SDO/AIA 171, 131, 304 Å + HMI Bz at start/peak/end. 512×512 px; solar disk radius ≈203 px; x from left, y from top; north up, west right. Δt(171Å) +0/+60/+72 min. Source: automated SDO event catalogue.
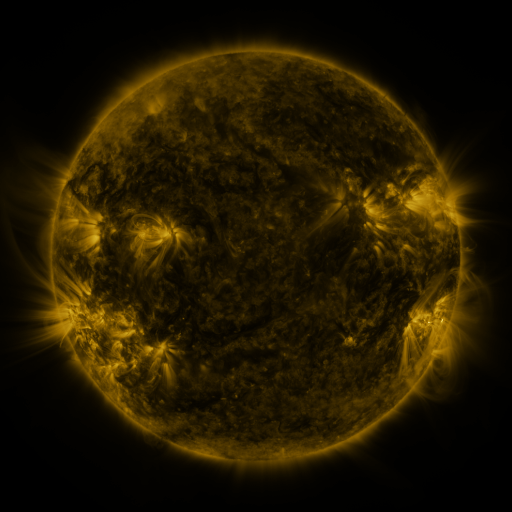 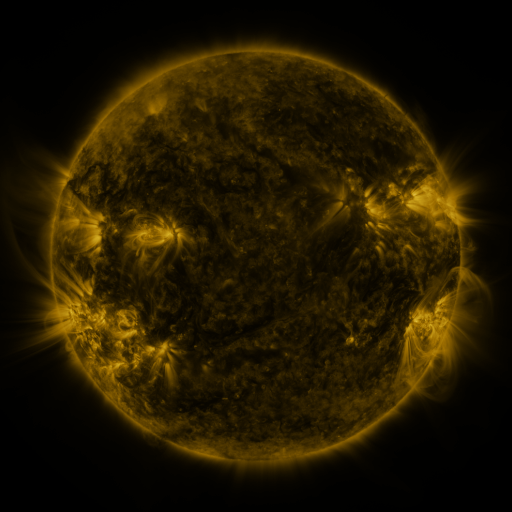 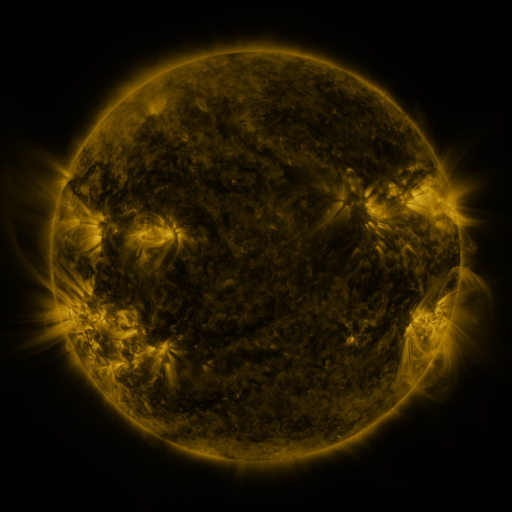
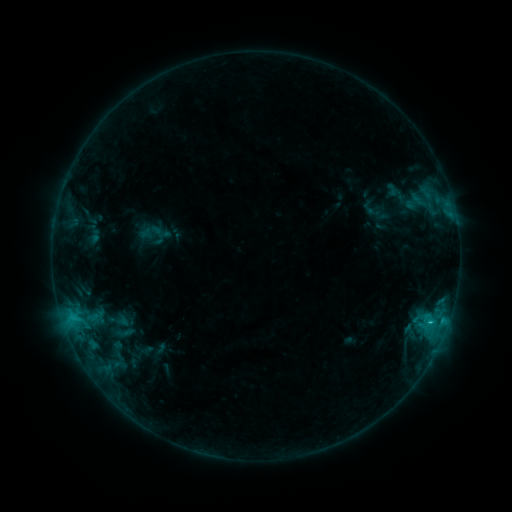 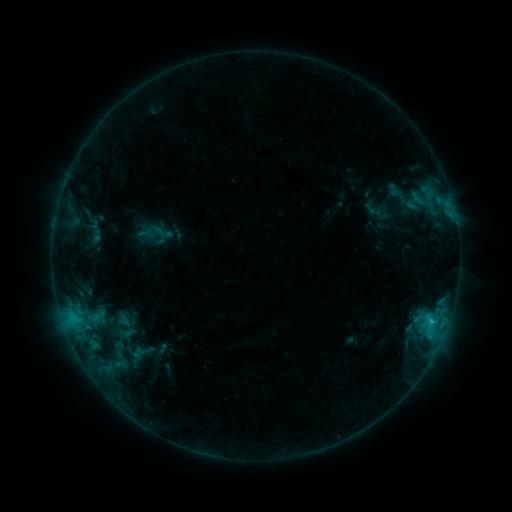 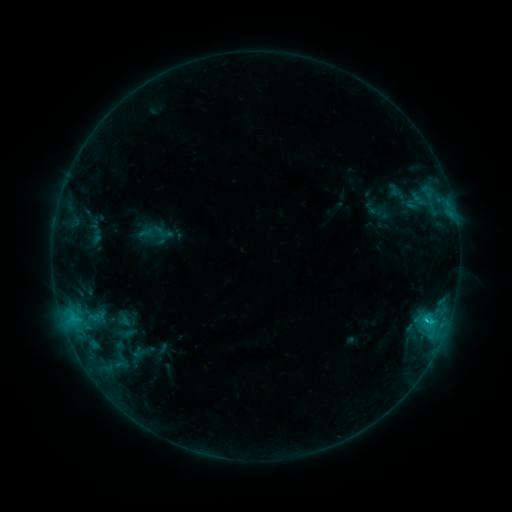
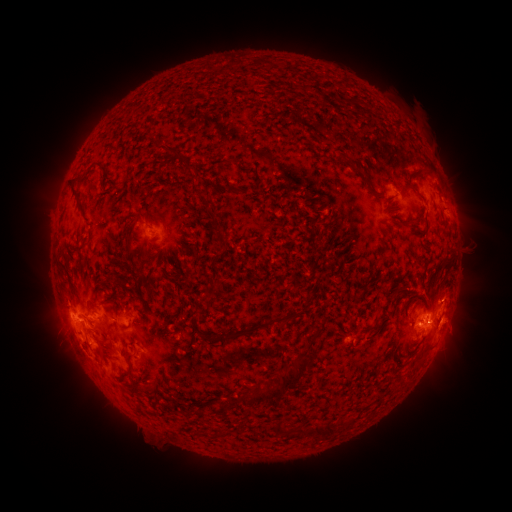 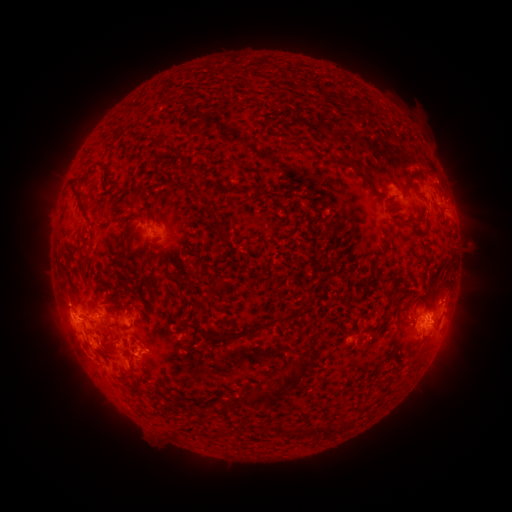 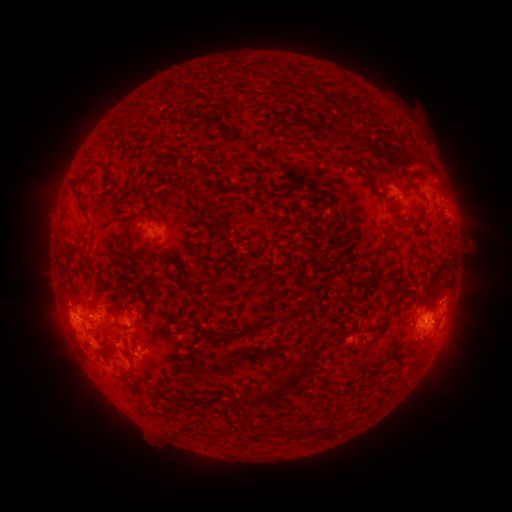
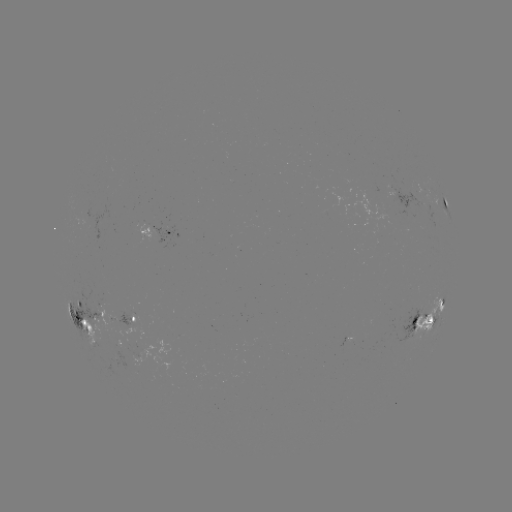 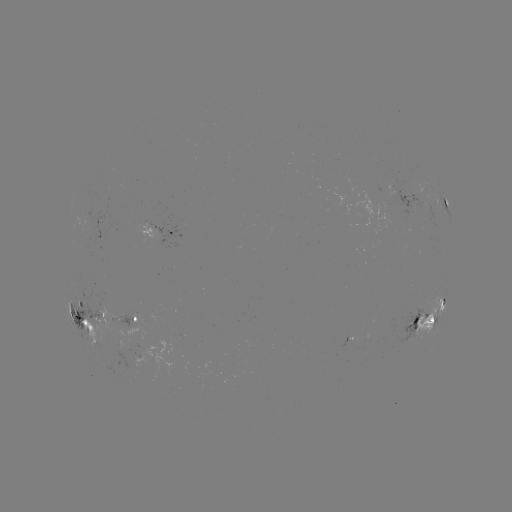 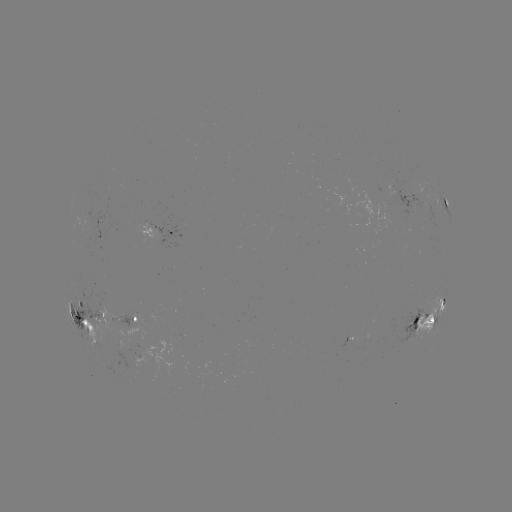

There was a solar emerging-flux region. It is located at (126, 349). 